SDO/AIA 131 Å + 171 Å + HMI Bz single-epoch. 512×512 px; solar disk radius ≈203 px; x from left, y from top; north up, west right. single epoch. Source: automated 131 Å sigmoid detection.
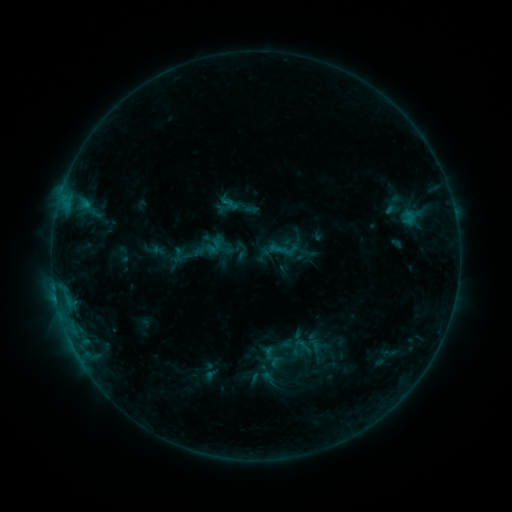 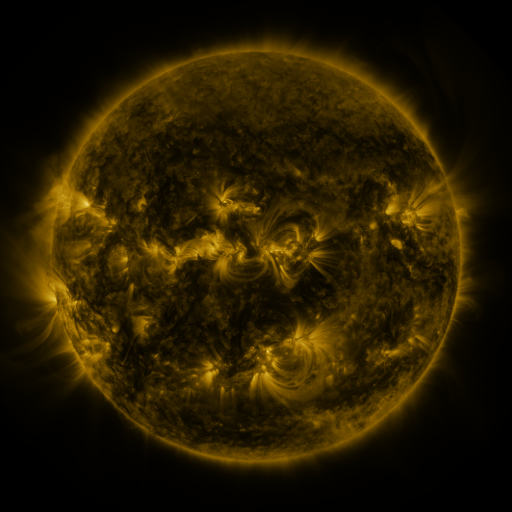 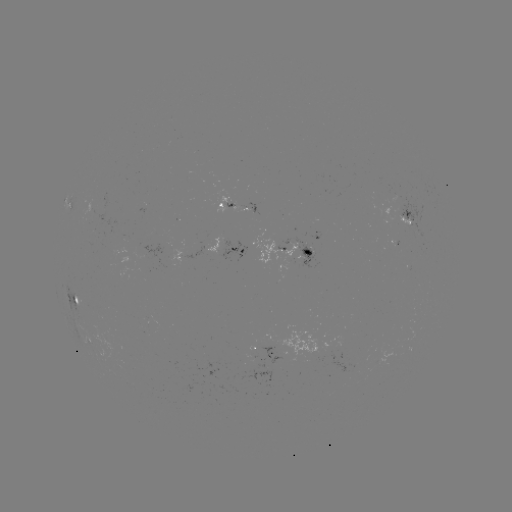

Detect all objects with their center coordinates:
sigmoid: (211, 246)
sigmoid: (243, 251)
